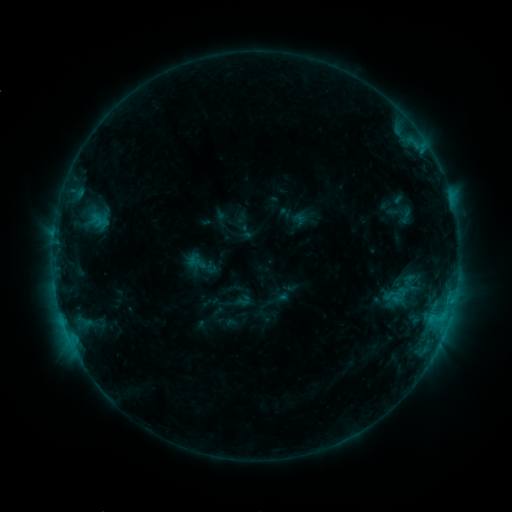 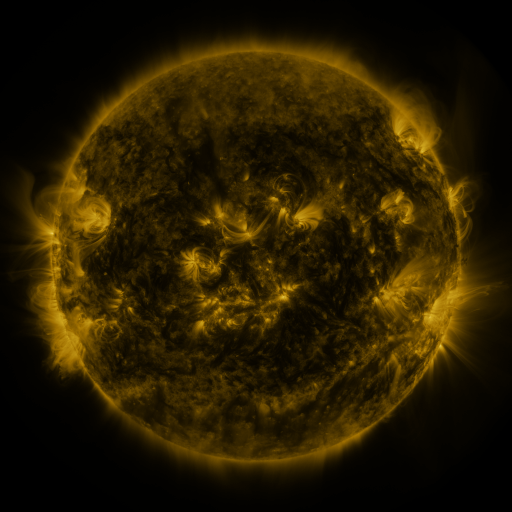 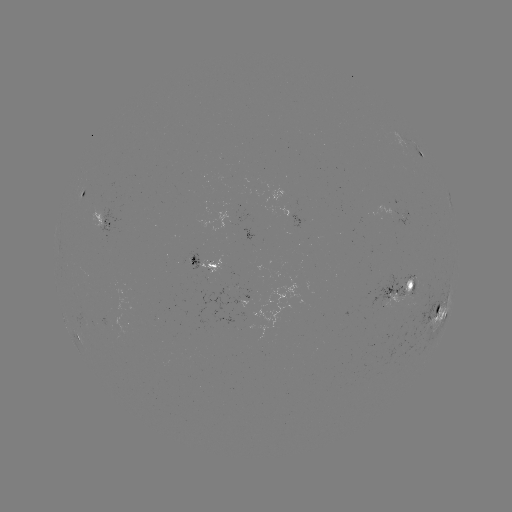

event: sigmoid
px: (396, 294)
